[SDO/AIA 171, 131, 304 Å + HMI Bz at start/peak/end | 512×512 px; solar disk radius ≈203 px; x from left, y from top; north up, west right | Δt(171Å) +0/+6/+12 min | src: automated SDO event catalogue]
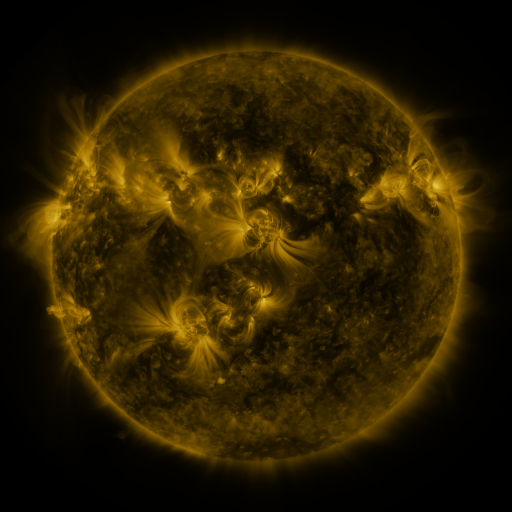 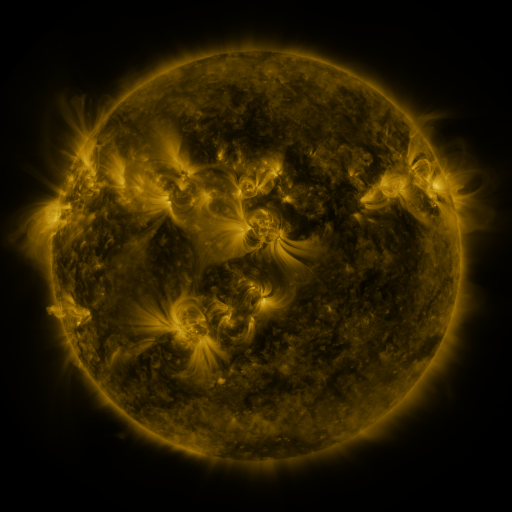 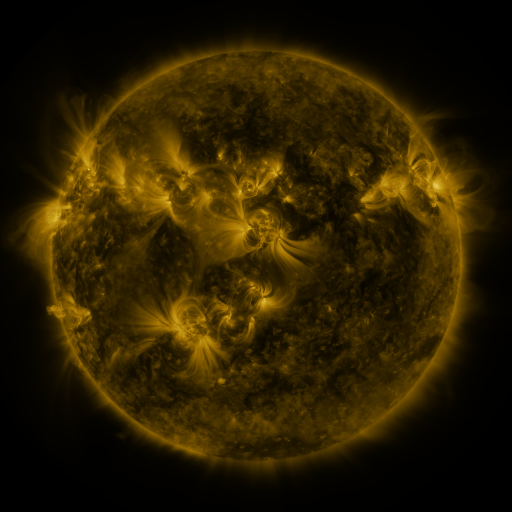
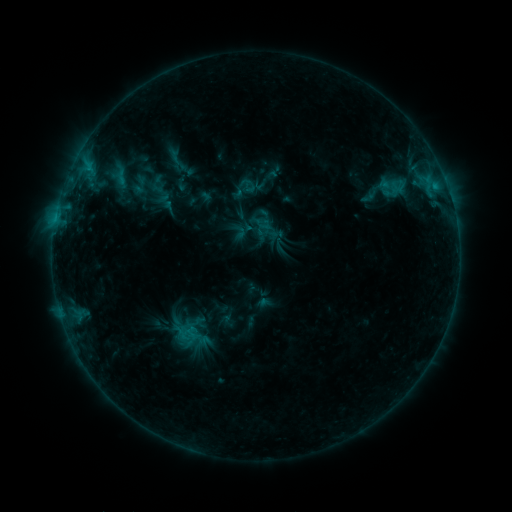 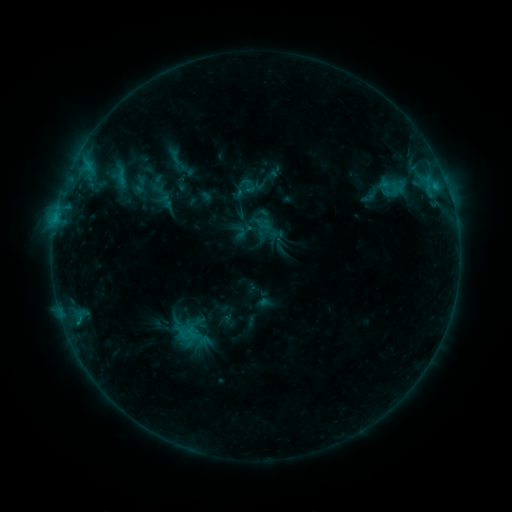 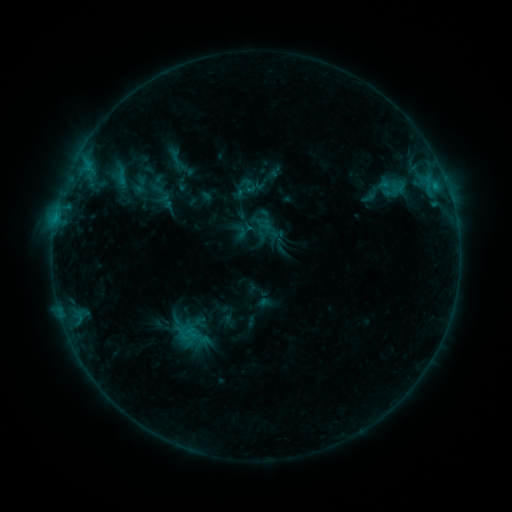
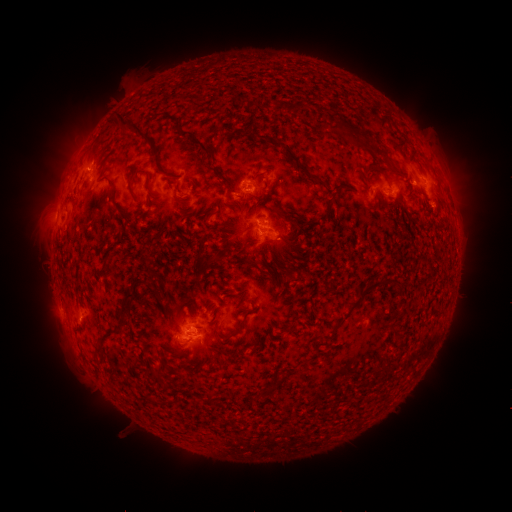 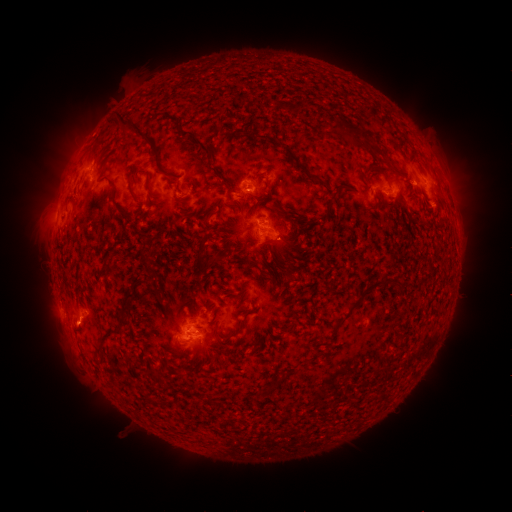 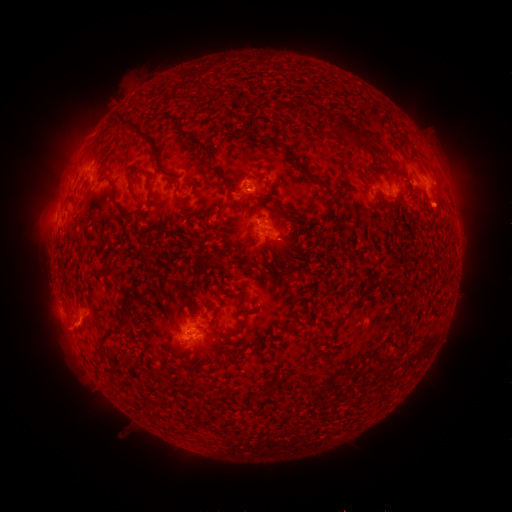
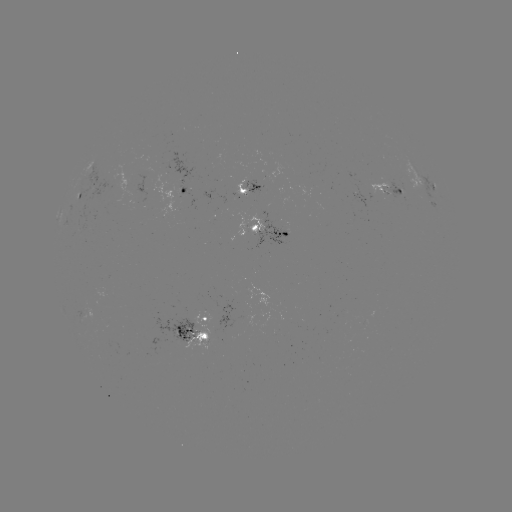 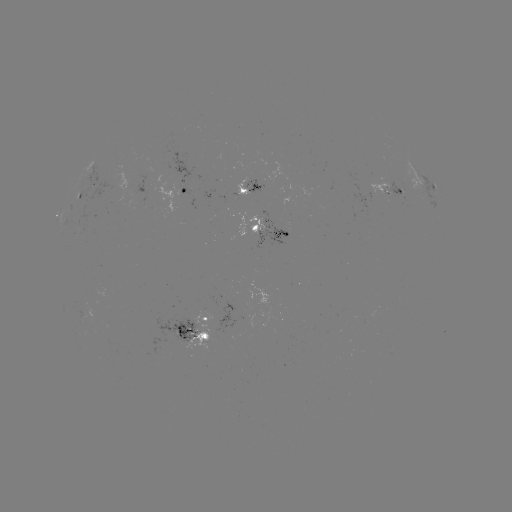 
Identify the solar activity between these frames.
eruption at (77, 331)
